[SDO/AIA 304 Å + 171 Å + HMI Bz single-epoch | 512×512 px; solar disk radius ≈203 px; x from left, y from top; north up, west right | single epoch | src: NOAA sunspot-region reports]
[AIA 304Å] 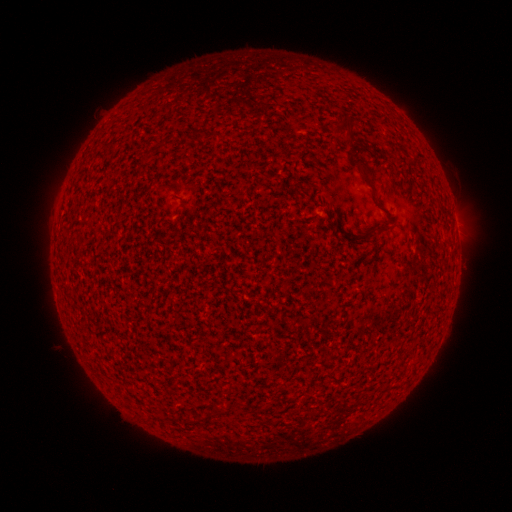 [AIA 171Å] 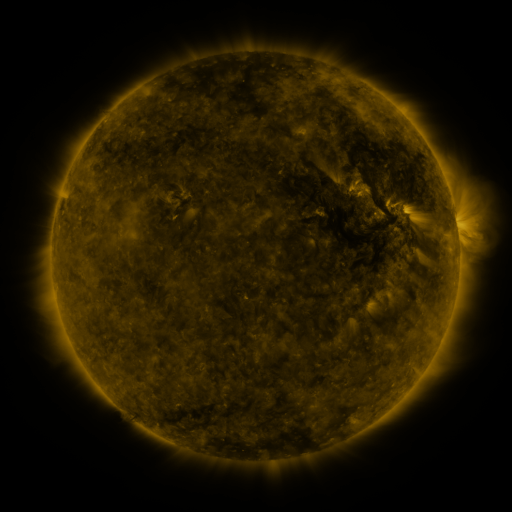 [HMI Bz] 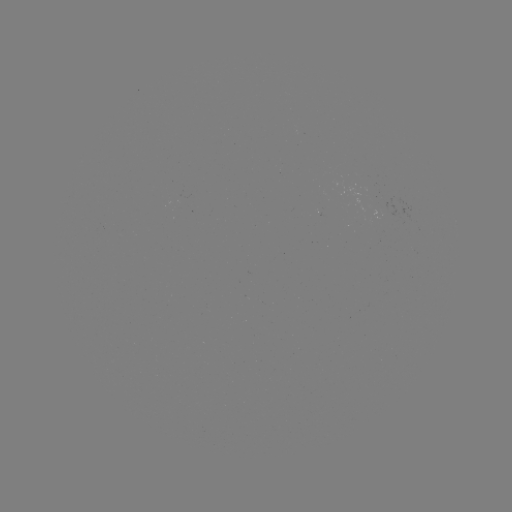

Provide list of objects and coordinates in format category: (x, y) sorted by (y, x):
(none)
